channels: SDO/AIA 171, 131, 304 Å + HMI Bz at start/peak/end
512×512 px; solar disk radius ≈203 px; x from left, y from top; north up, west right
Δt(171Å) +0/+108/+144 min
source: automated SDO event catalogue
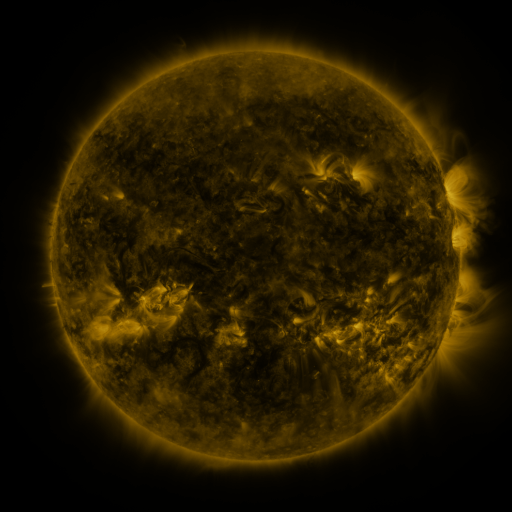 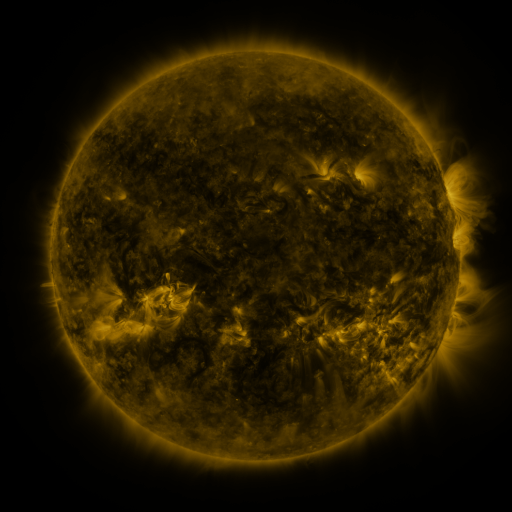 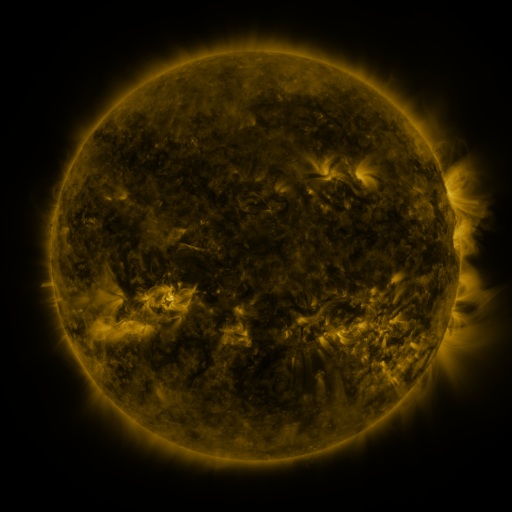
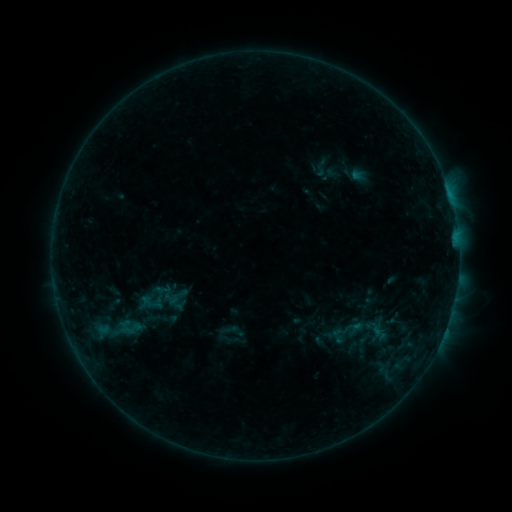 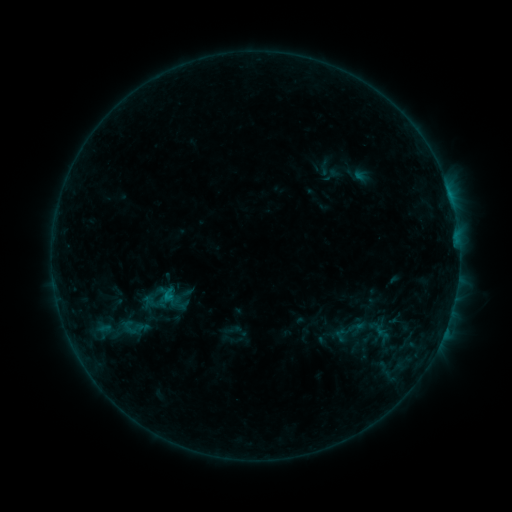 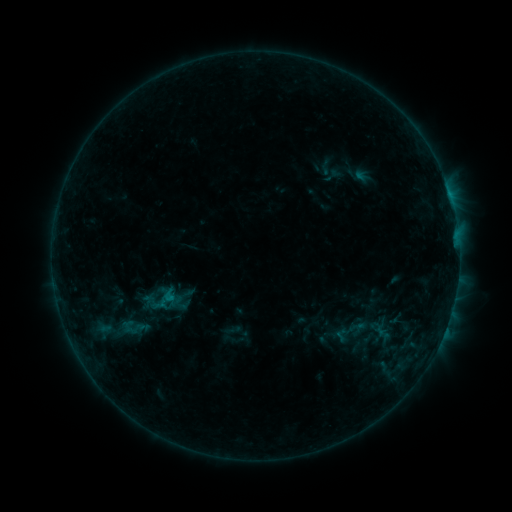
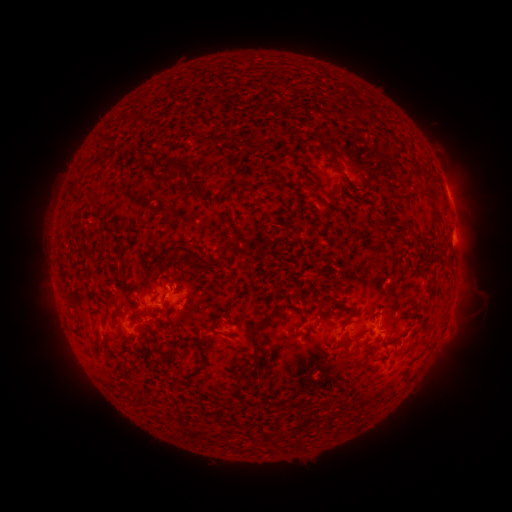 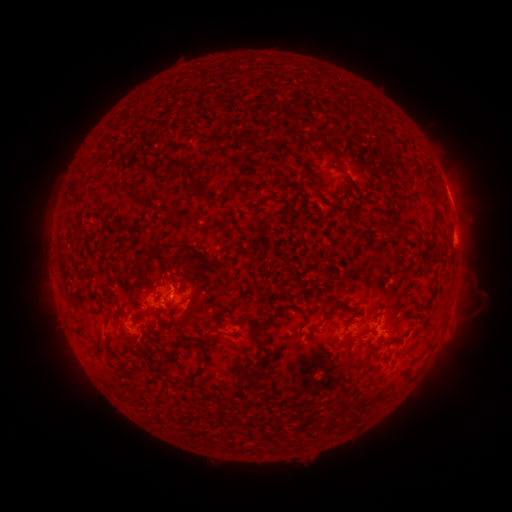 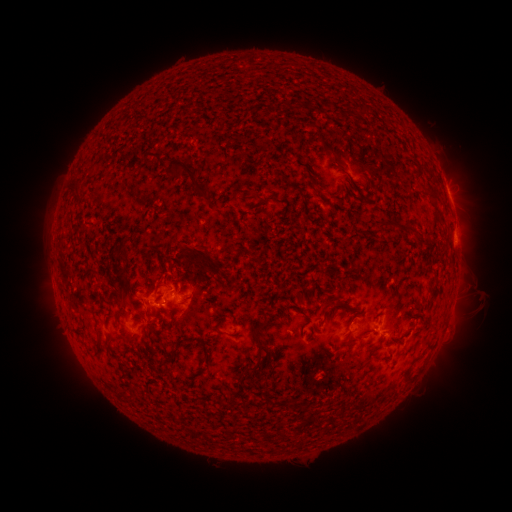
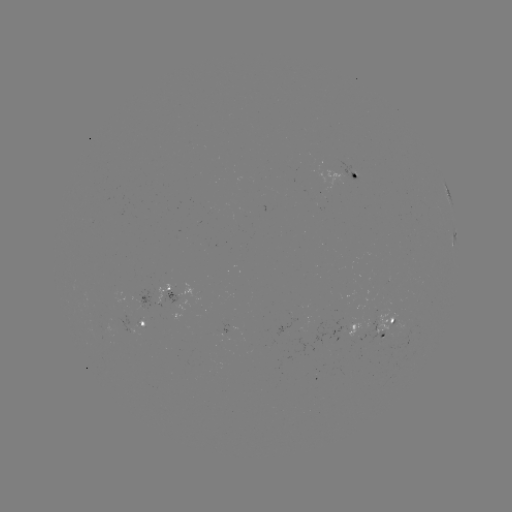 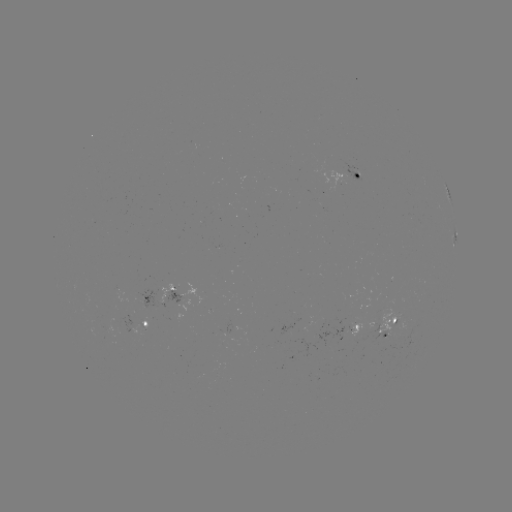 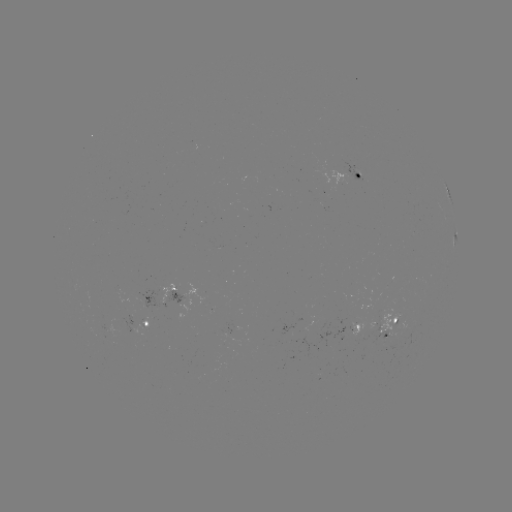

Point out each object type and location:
emerging-flux region: (311, 189)
